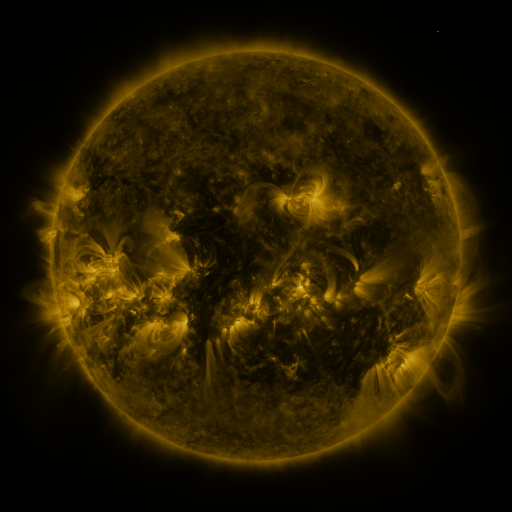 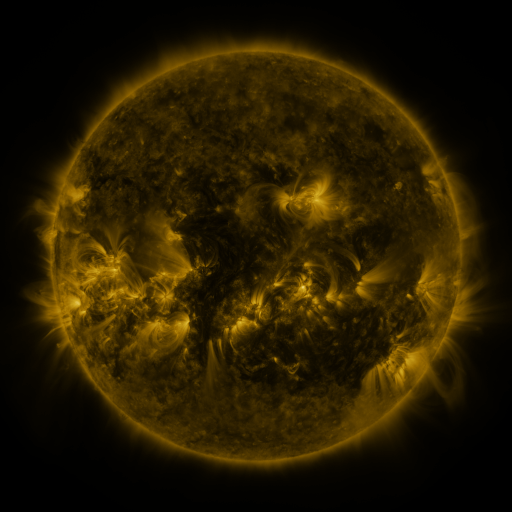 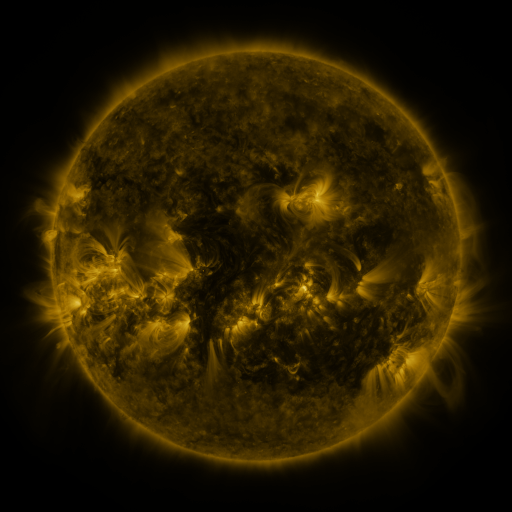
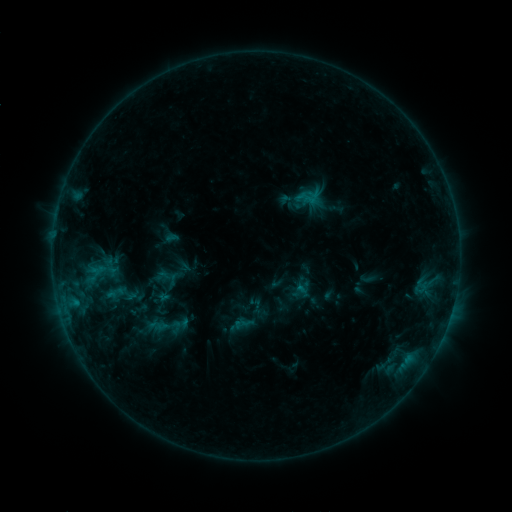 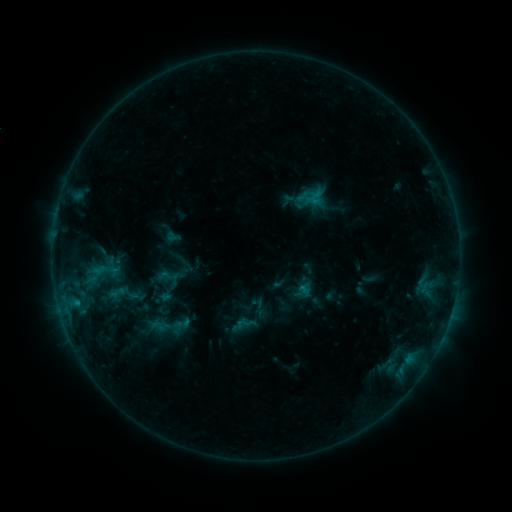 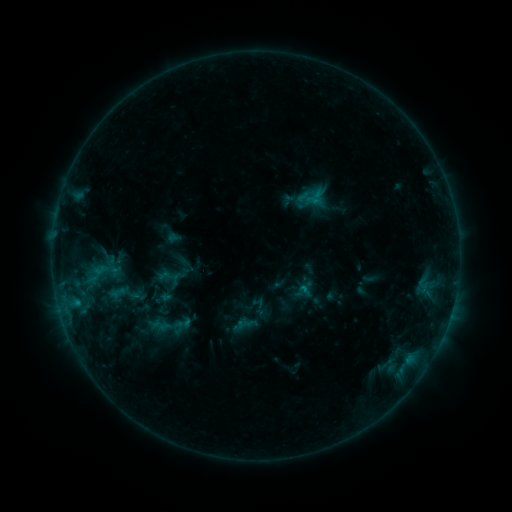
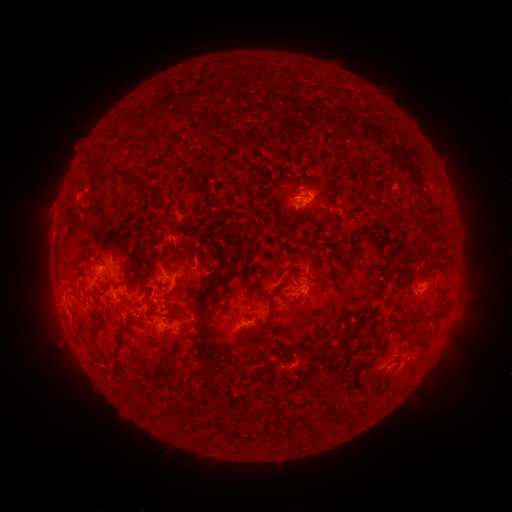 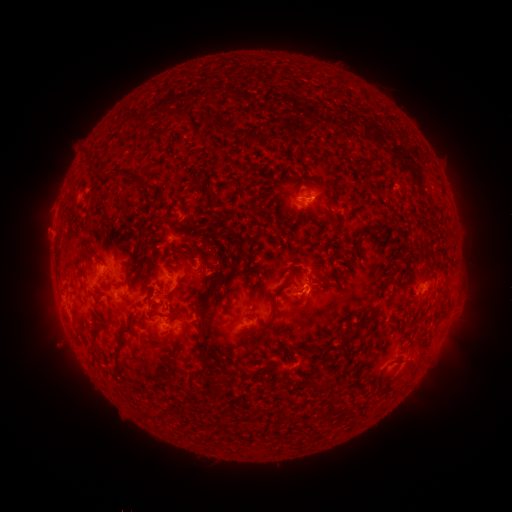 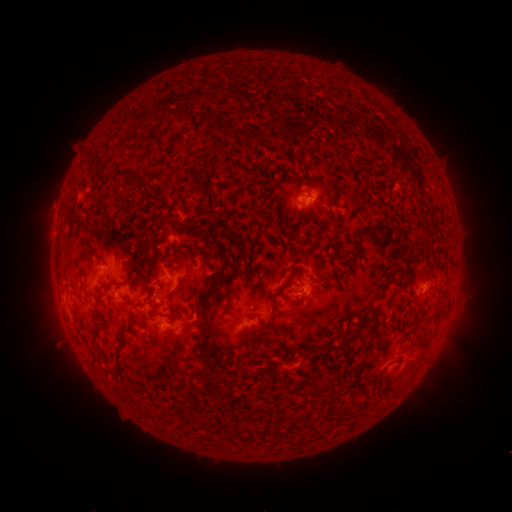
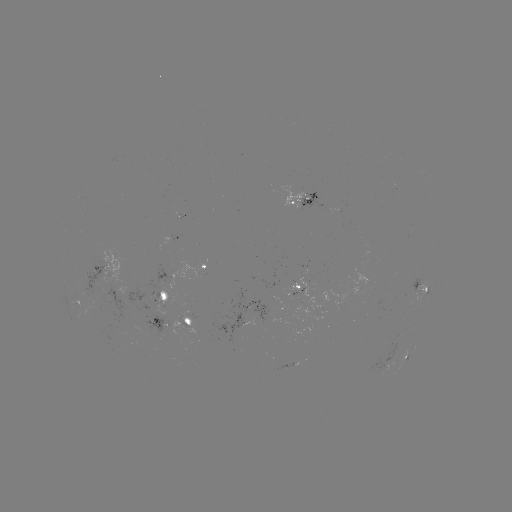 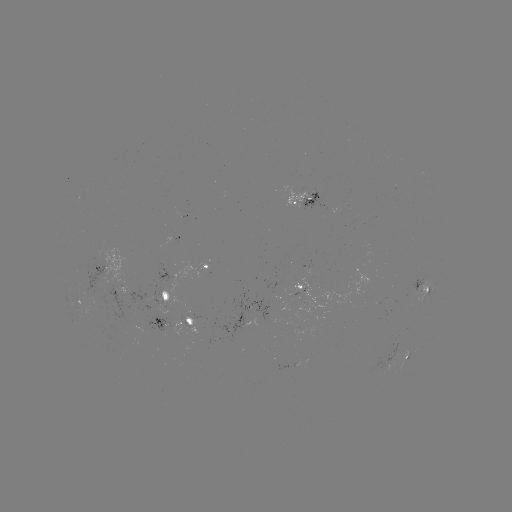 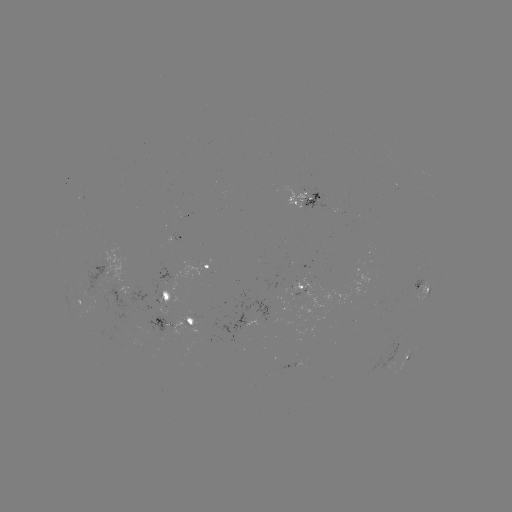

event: emerging-flux region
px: (122, 289)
